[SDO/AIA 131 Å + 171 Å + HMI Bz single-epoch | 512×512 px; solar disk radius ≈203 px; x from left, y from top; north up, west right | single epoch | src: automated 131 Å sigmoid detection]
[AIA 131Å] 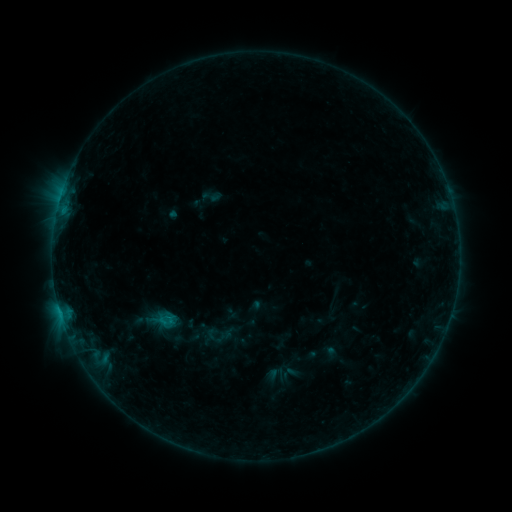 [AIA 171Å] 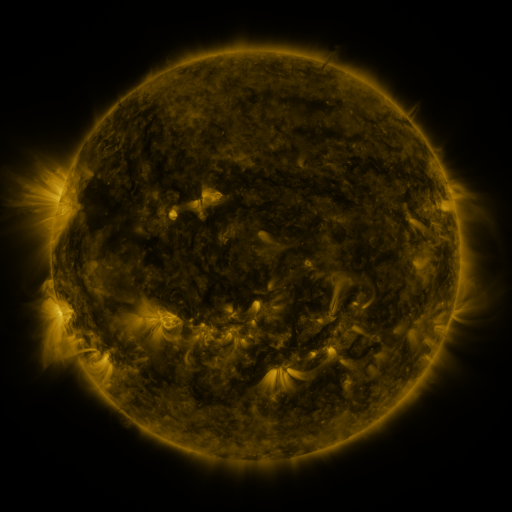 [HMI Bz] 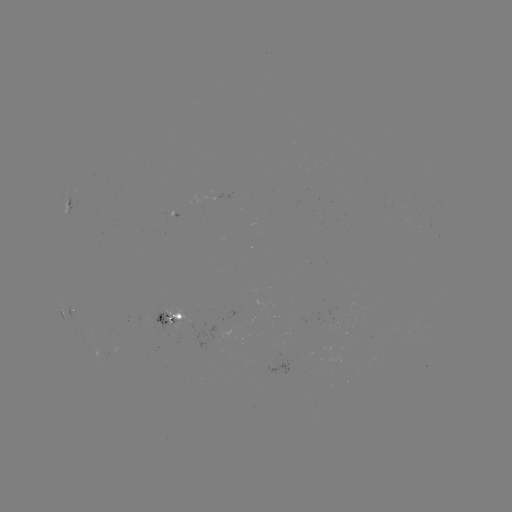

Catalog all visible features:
sigmoid: (211, 197)
